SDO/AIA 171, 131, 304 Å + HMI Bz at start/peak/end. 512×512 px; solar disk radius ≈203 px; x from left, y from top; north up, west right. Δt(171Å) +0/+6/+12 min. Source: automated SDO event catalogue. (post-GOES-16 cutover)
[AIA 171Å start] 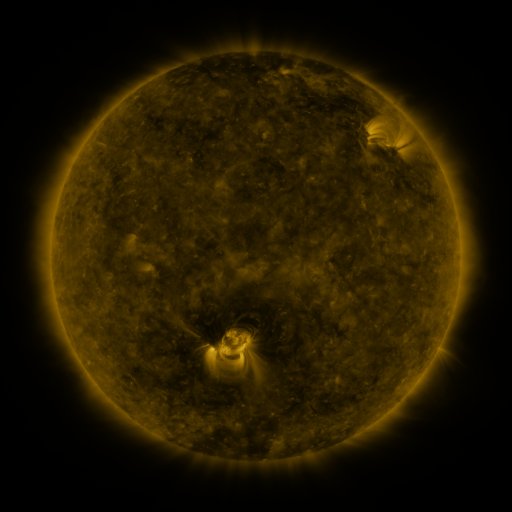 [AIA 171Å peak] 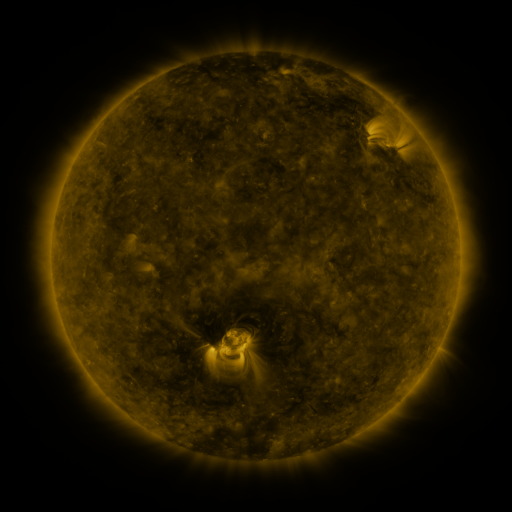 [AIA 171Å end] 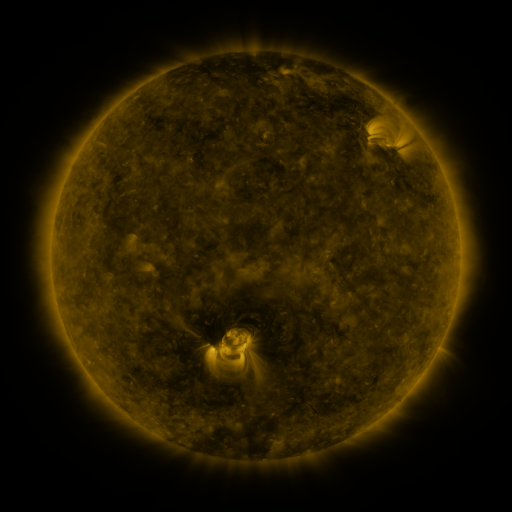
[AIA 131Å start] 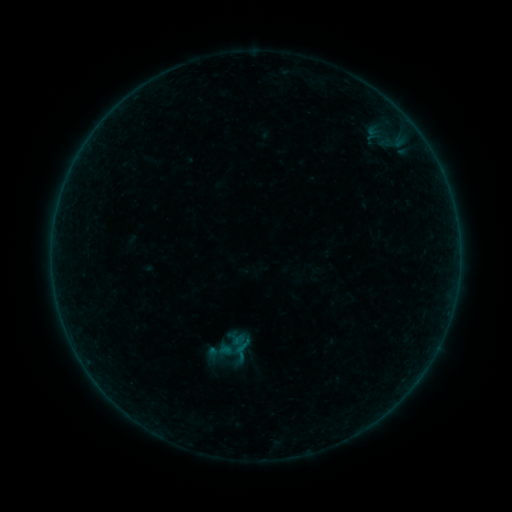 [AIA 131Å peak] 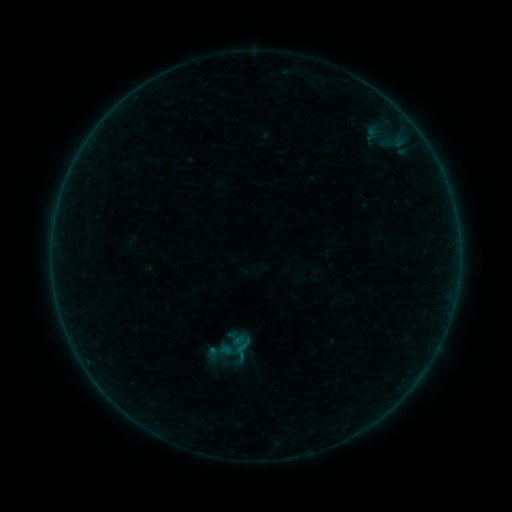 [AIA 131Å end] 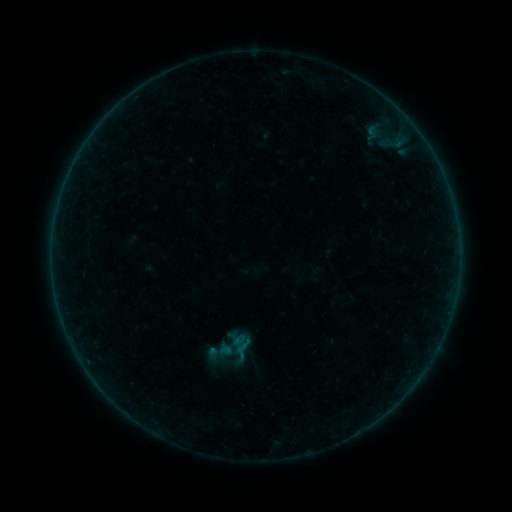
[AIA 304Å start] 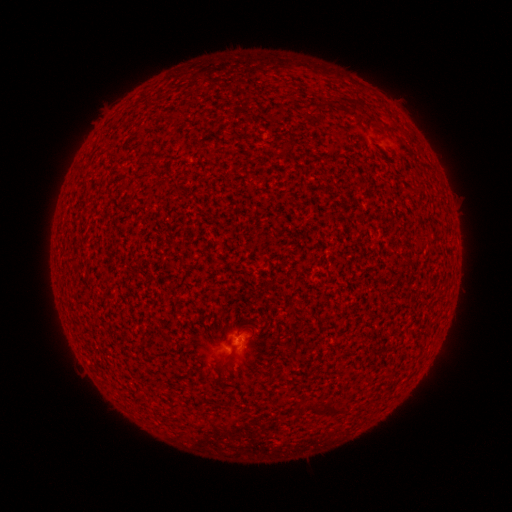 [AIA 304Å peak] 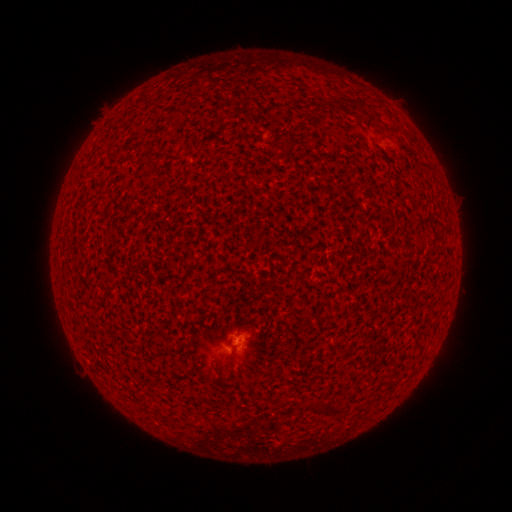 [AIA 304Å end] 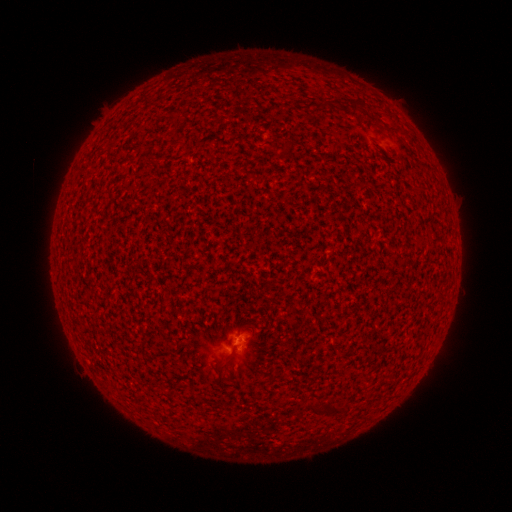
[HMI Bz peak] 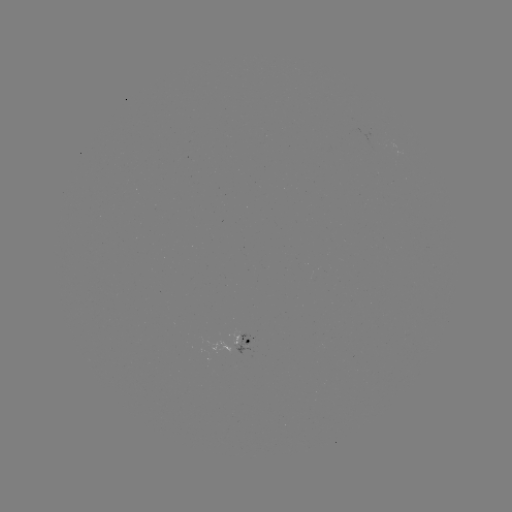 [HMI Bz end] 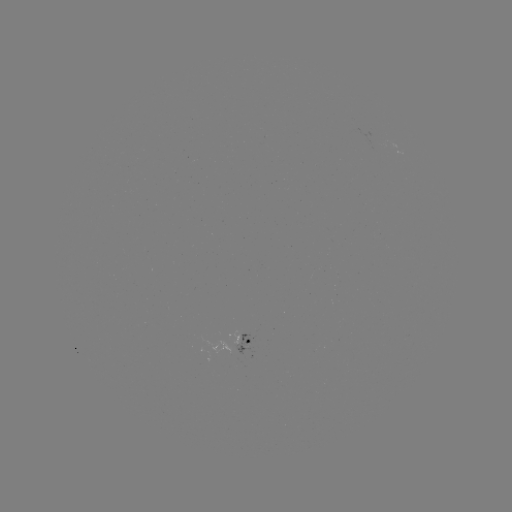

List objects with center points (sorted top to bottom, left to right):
A5.5 flare: (239, 340)
